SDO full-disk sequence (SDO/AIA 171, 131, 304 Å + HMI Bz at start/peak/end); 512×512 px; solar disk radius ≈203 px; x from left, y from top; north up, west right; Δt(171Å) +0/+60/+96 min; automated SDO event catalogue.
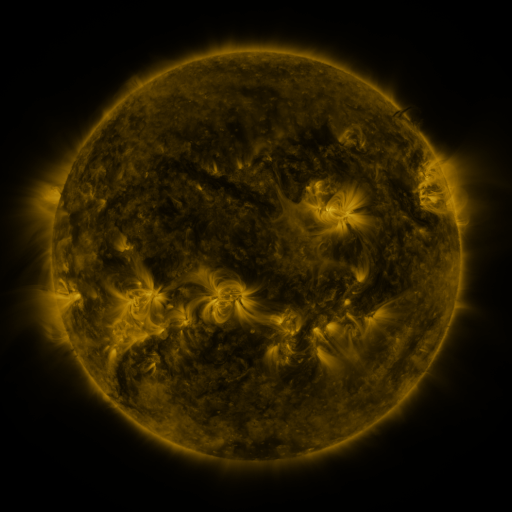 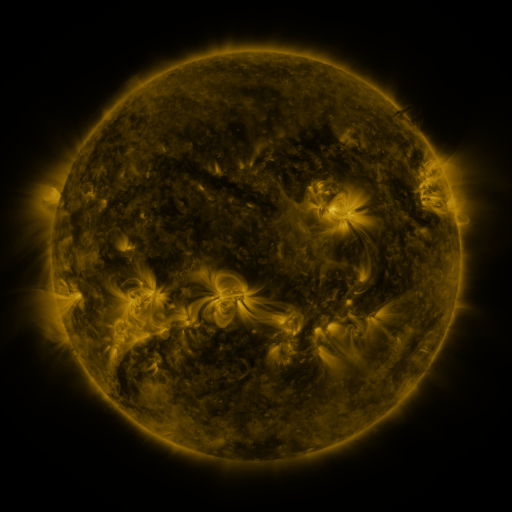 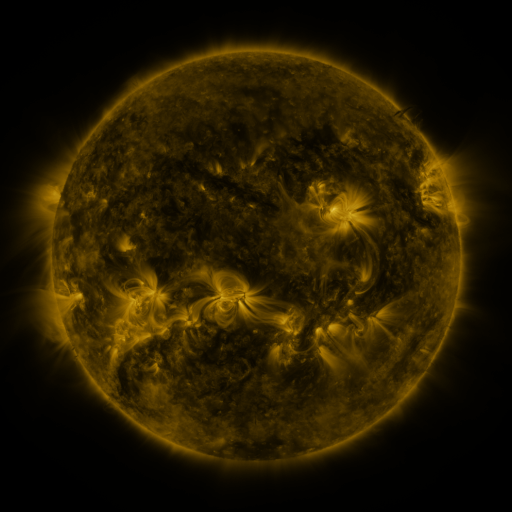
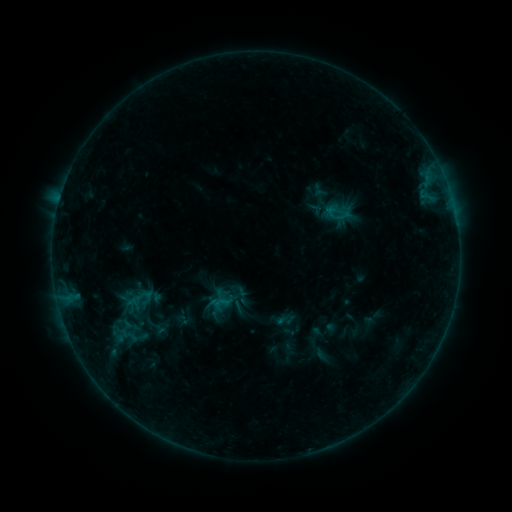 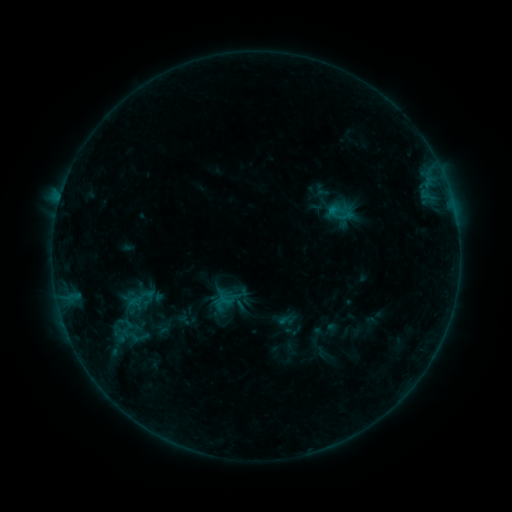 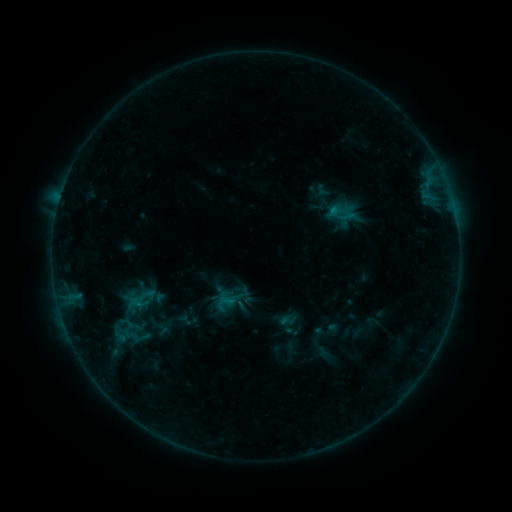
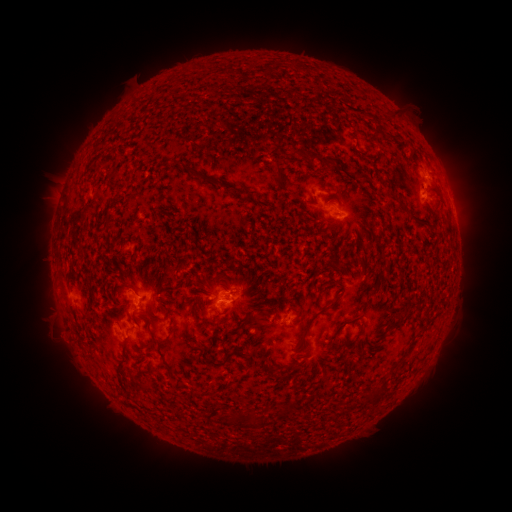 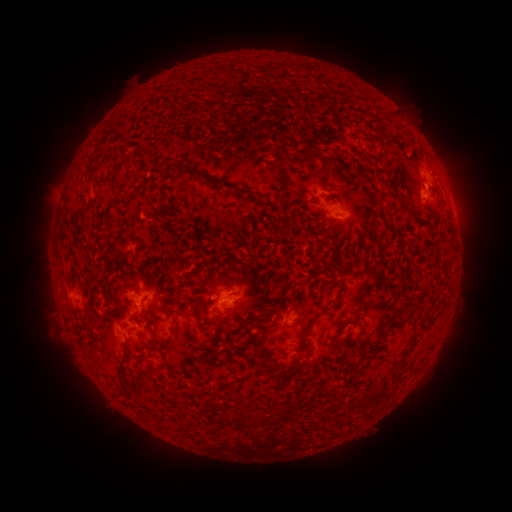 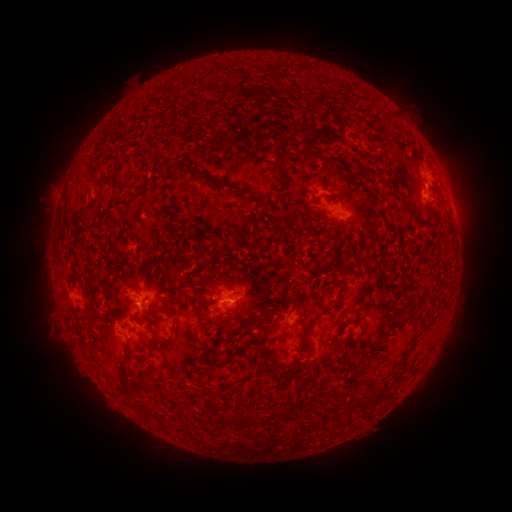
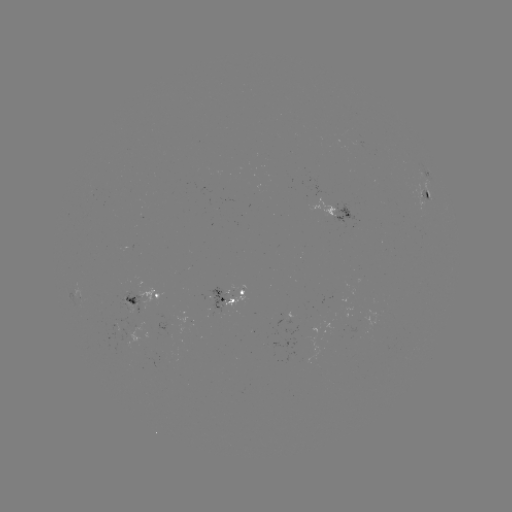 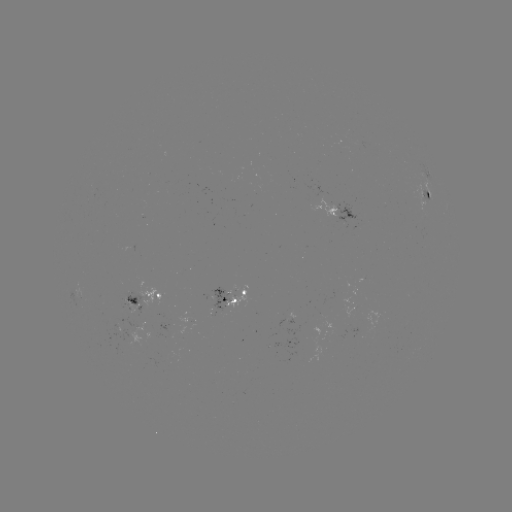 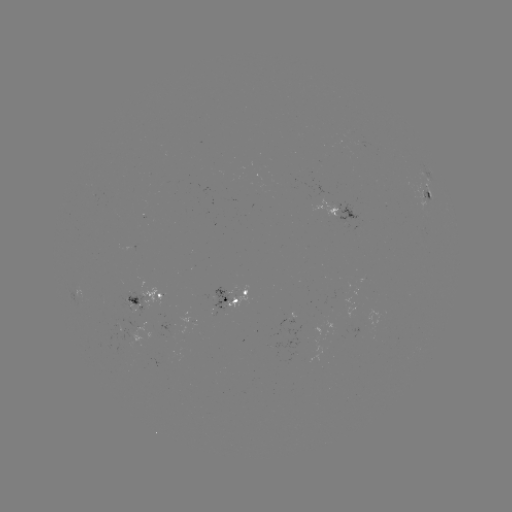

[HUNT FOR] emerging-flux region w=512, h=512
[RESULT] [128, 314]